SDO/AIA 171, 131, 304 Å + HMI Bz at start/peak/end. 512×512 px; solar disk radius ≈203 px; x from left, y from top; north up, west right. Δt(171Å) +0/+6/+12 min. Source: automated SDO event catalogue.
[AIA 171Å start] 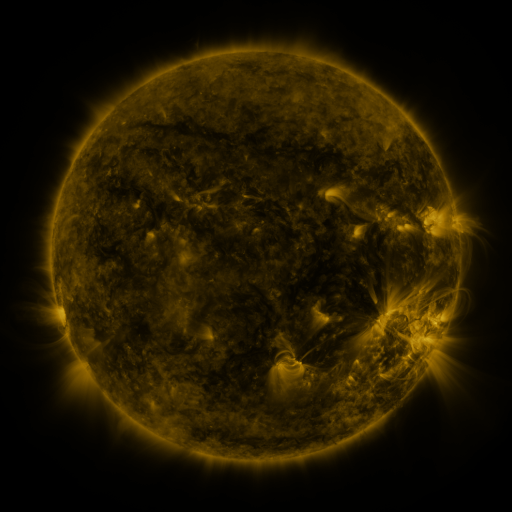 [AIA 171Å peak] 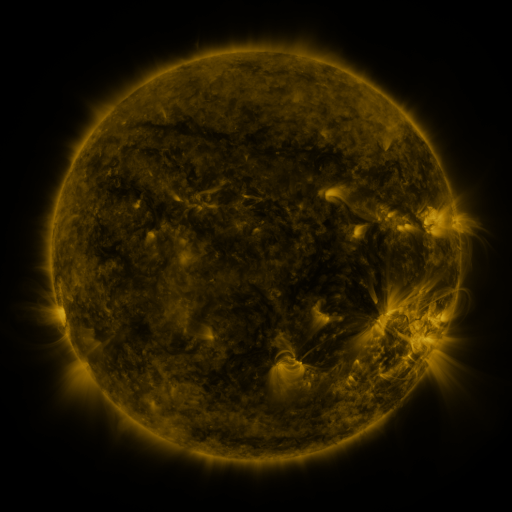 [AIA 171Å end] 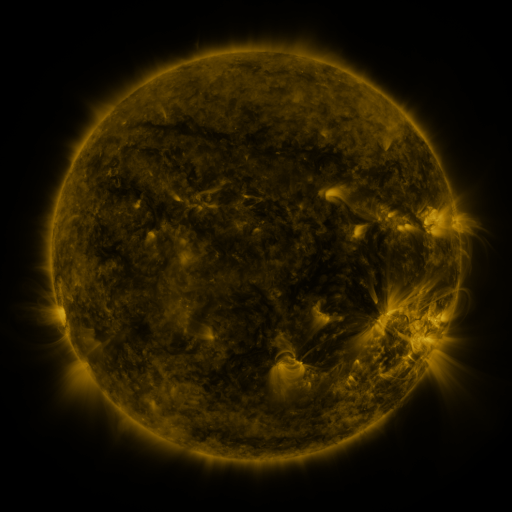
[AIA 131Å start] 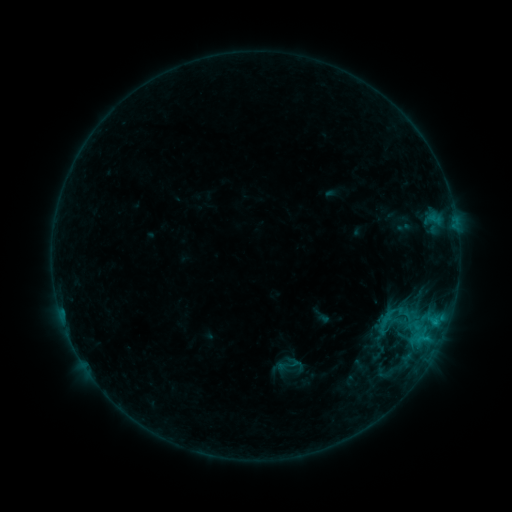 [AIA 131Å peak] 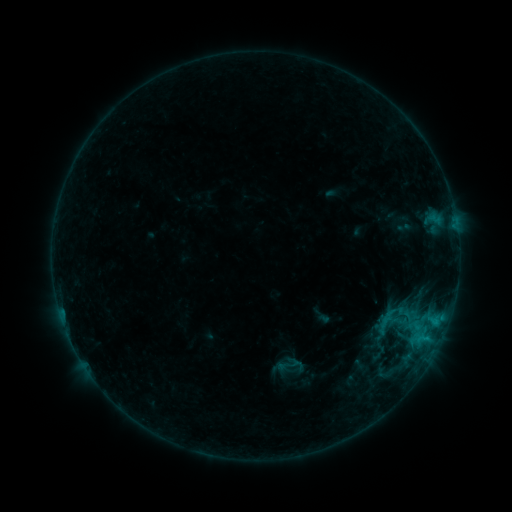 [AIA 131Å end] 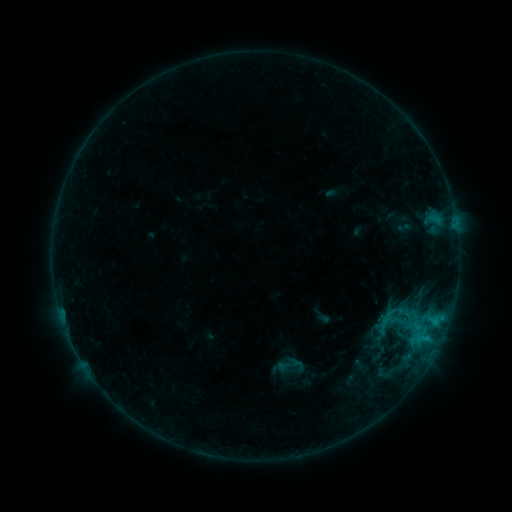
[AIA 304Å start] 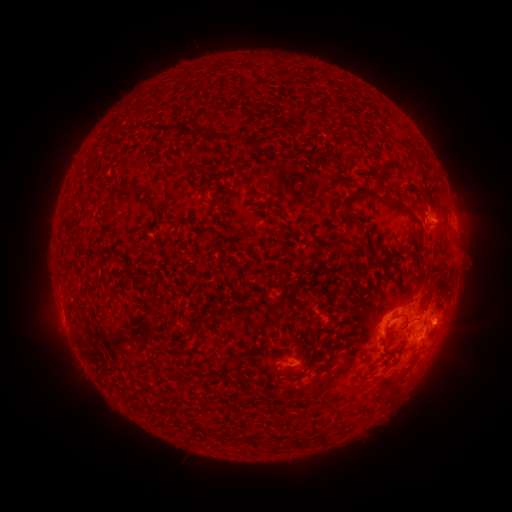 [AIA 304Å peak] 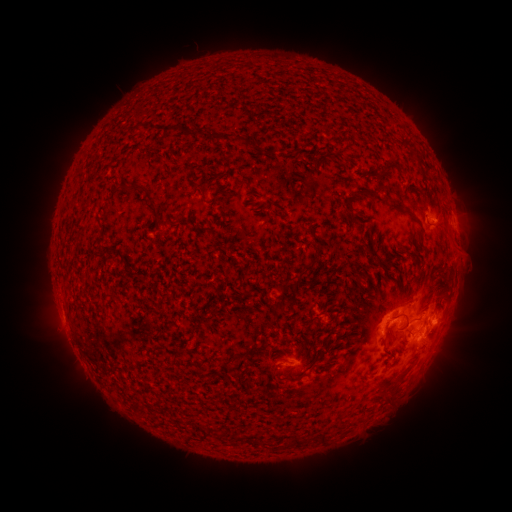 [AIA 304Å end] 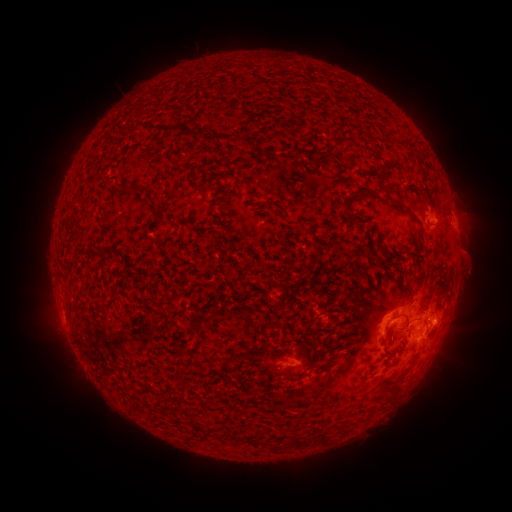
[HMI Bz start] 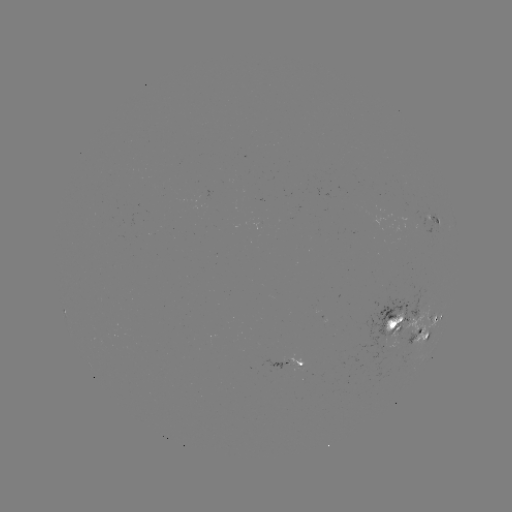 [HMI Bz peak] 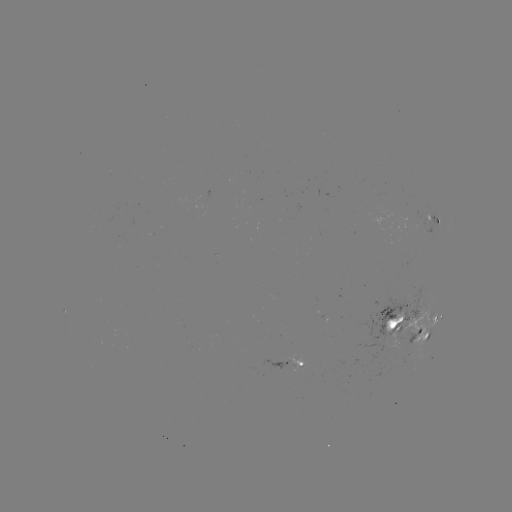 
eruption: [450, 242, 488, 281]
